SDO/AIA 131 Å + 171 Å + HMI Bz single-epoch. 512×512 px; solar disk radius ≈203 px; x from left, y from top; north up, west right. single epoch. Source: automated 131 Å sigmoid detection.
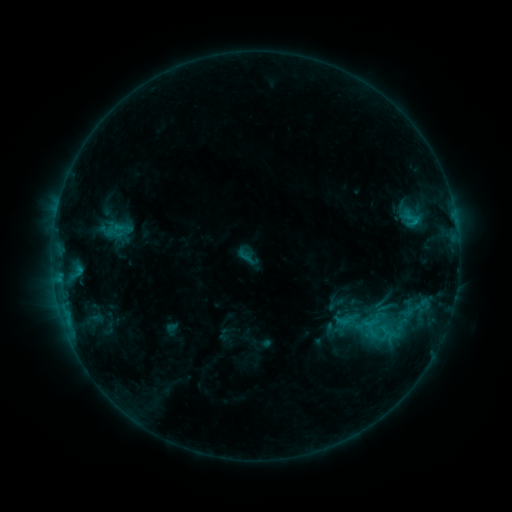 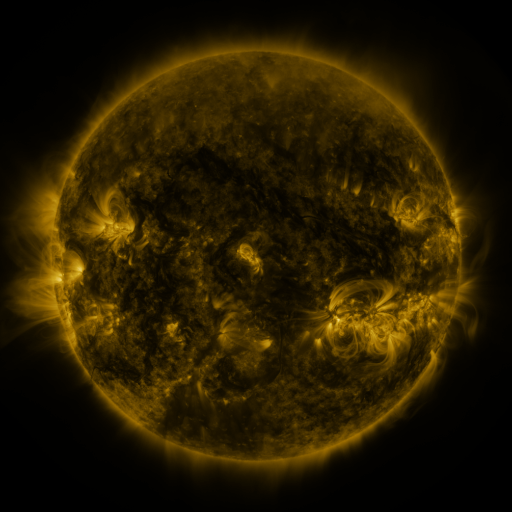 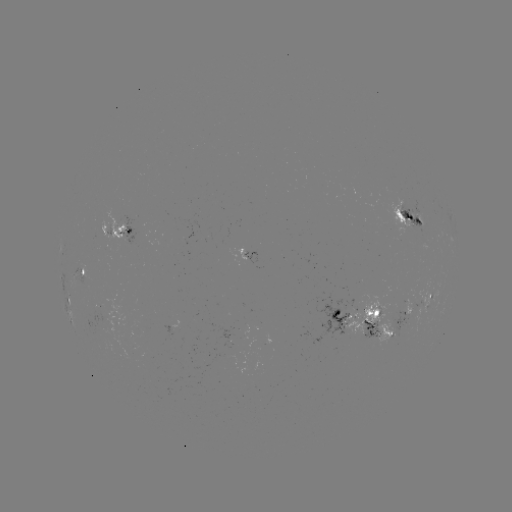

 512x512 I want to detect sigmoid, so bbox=[104, 221, 124, 245].